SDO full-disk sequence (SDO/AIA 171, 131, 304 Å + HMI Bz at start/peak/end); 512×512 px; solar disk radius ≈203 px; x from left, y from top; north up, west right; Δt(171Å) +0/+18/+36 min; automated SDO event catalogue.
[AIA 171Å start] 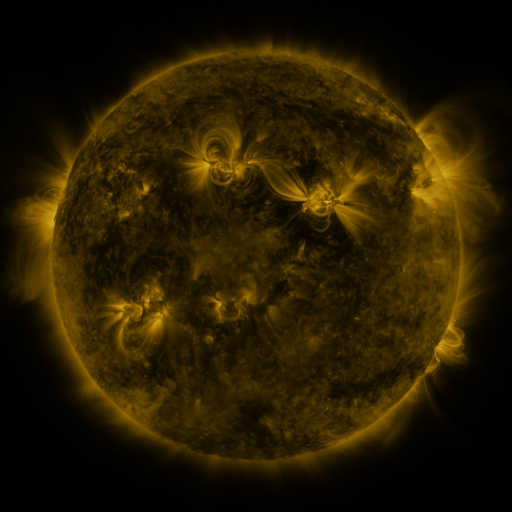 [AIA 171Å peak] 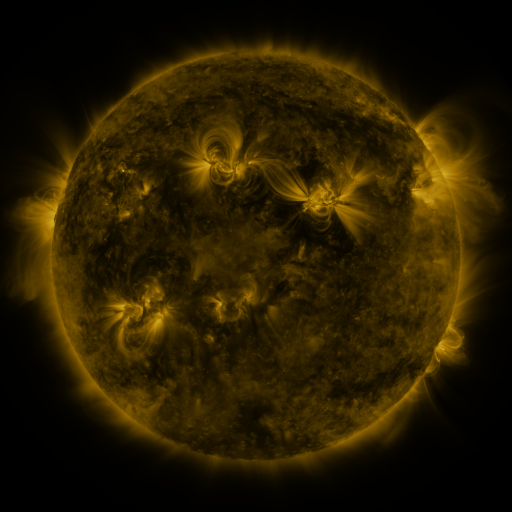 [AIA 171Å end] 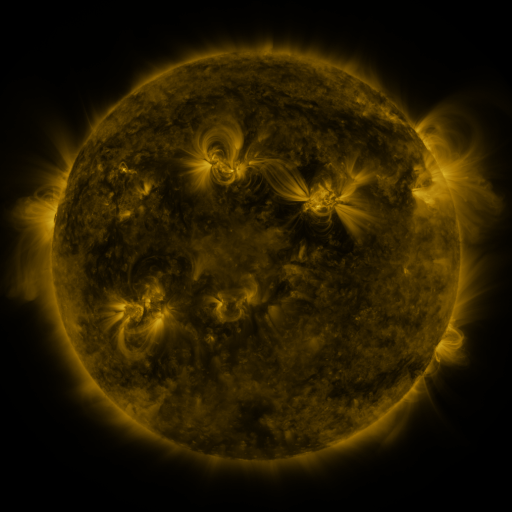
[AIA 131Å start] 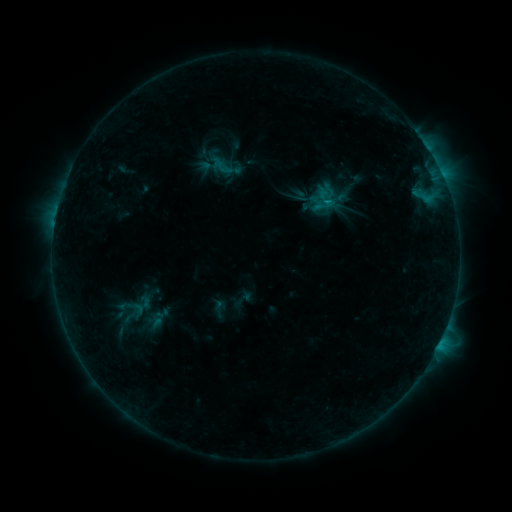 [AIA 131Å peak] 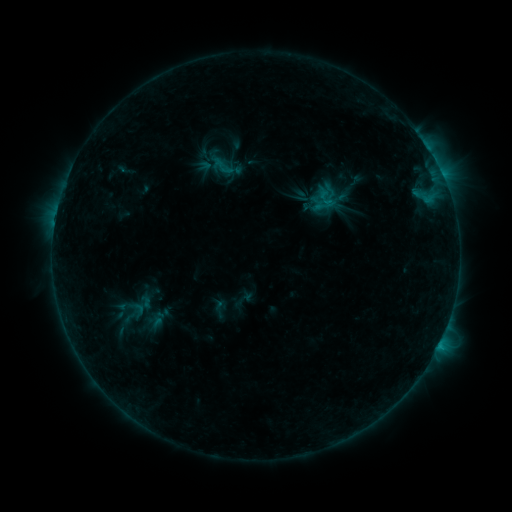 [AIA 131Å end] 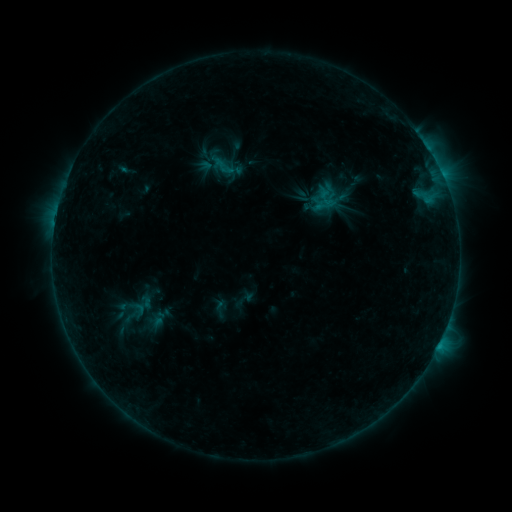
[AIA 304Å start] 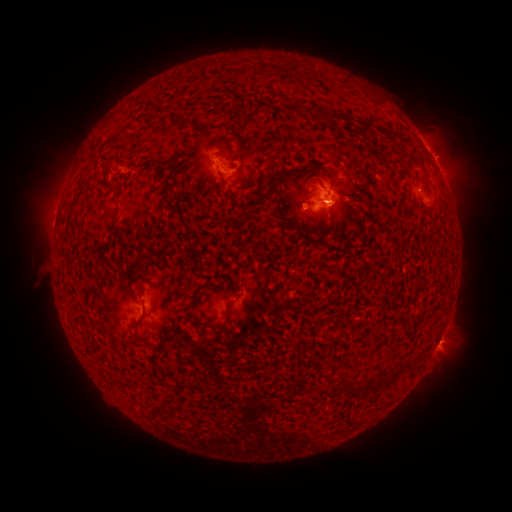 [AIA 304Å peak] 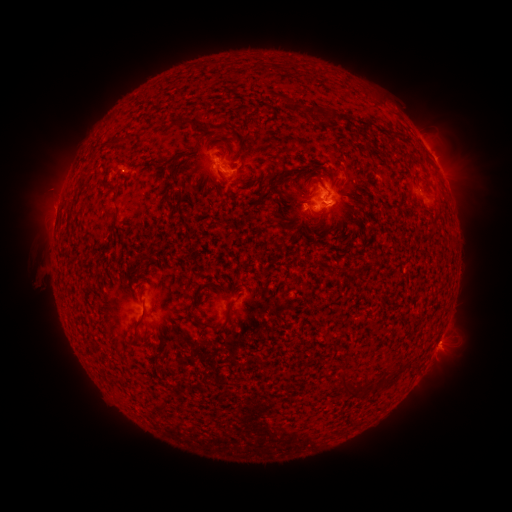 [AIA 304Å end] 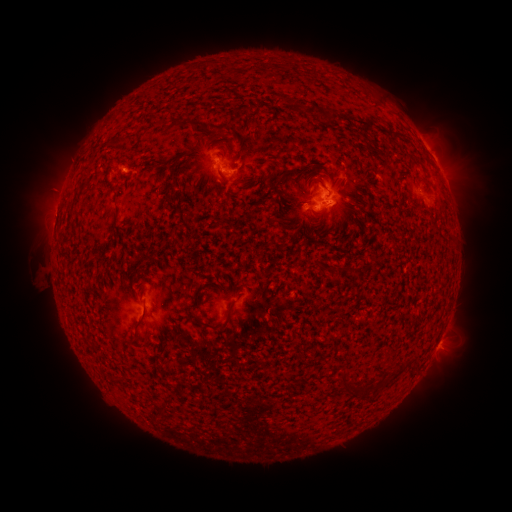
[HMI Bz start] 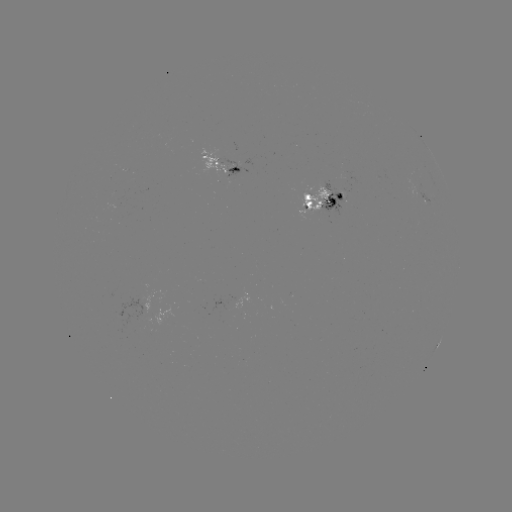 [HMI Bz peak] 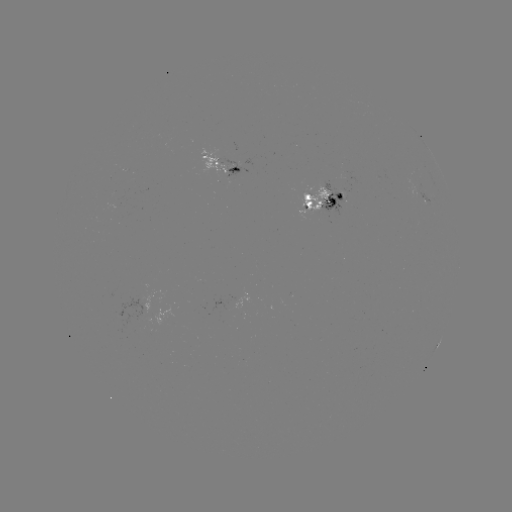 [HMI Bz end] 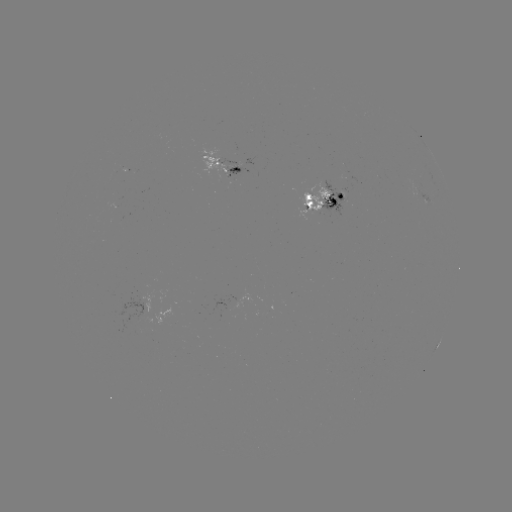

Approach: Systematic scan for emerging-flux region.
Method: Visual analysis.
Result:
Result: emerging-flux region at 236,167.